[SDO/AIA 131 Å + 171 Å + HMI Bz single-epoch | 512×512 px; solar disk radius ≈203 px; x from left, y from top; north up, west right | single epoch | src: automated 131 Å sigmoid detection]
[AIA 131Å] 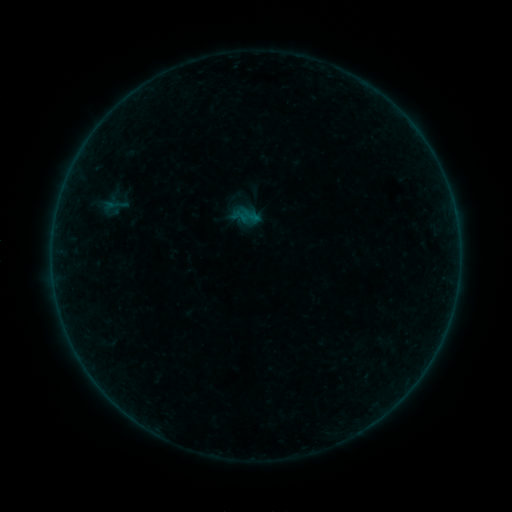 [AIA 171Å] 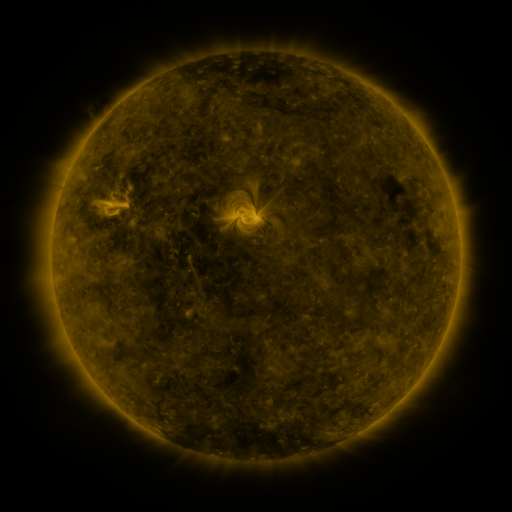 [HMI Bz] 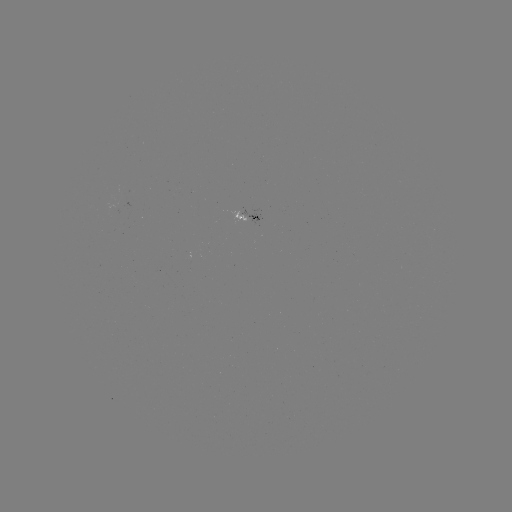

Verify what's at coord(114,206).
sigmoid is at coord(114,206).